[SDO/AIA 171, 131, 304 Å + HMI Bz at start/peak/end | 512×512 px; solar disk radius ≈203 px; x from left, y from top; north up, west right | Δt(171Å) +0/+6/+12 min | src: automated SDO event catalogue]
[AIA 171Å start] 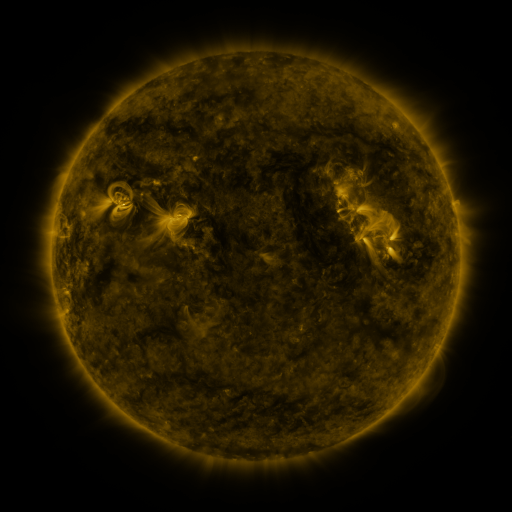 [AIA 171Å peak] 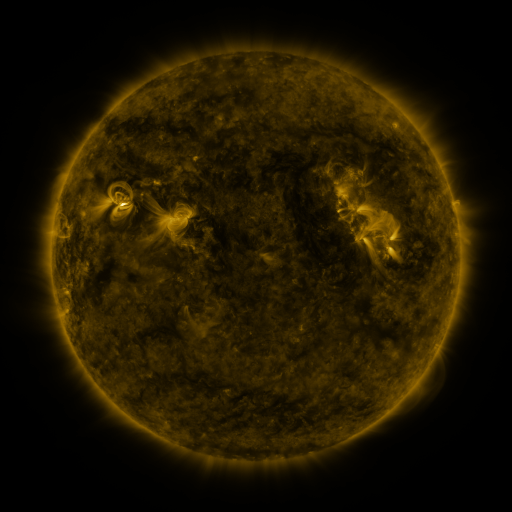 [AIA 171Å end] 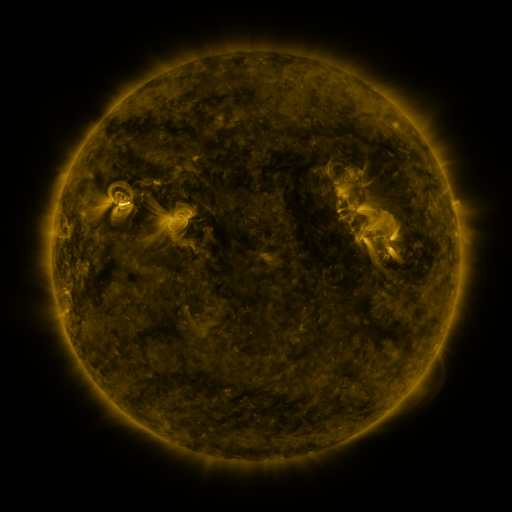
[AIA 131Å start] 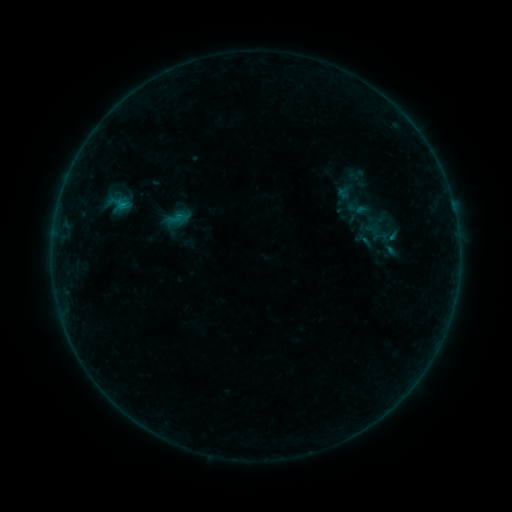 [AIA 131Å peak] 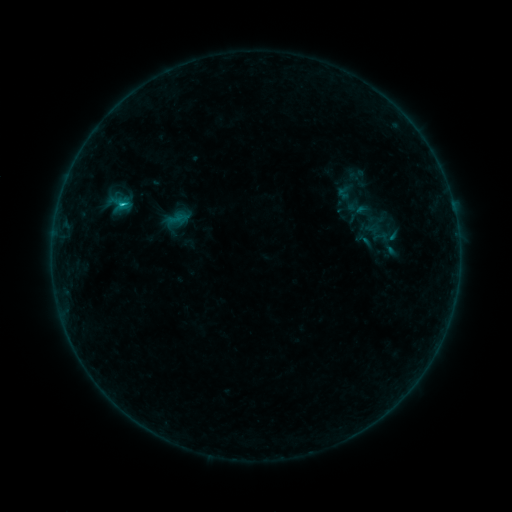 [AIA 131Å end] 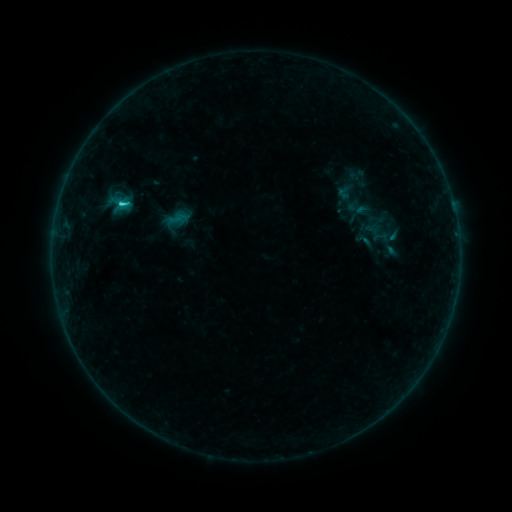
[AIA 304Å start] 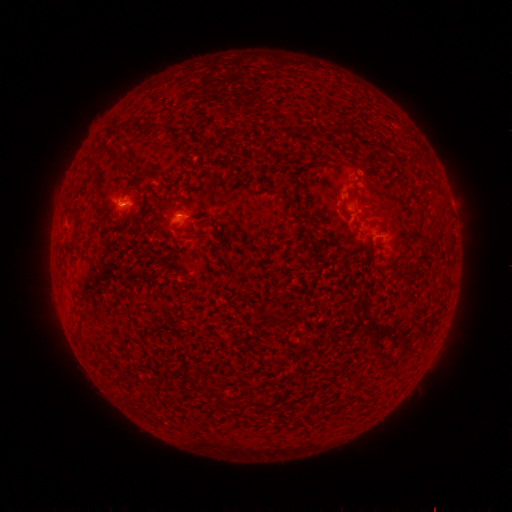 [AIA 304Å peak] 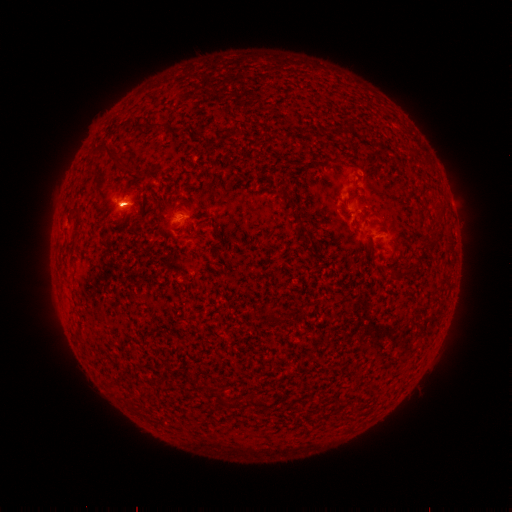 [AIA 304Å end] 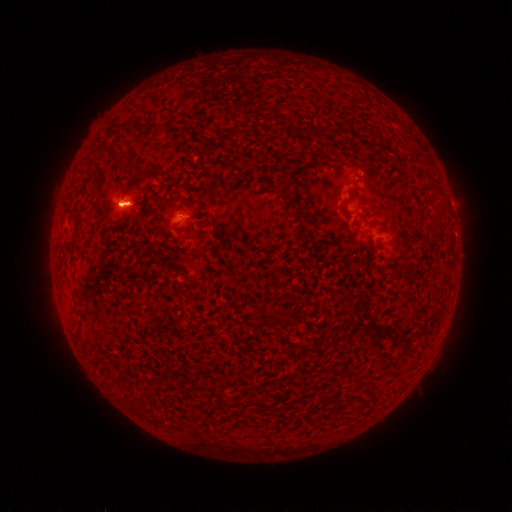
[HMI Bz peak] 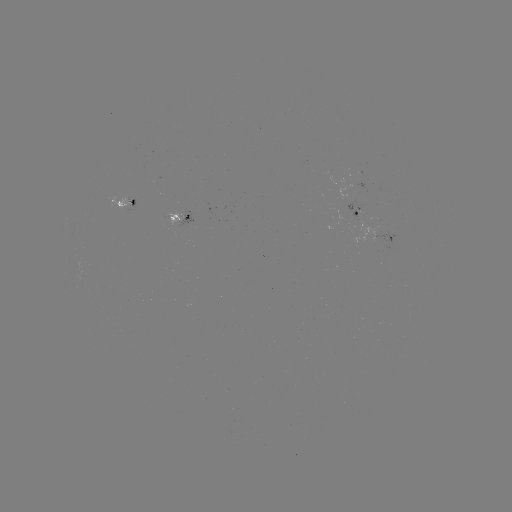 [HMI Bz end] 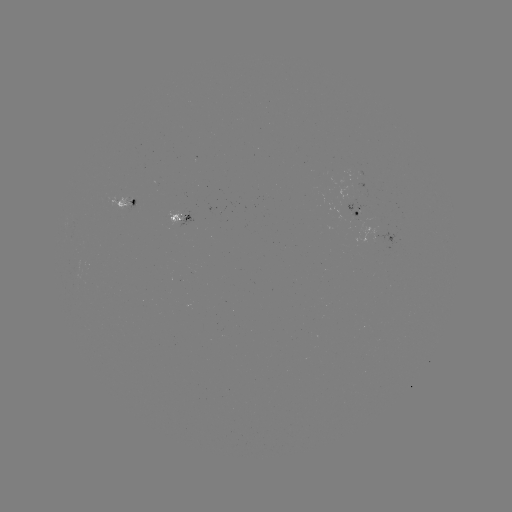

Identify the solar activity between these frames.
C1.8 flare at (124, 207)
